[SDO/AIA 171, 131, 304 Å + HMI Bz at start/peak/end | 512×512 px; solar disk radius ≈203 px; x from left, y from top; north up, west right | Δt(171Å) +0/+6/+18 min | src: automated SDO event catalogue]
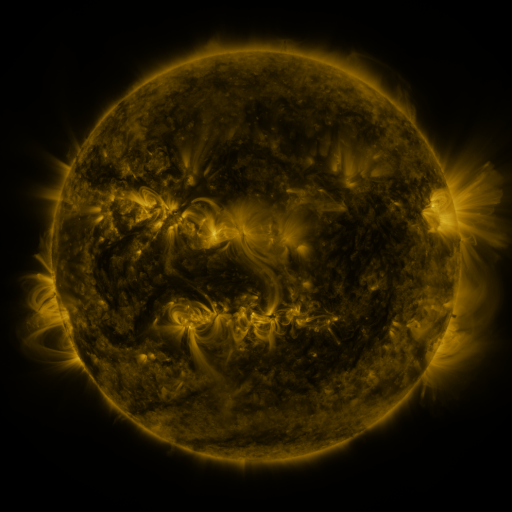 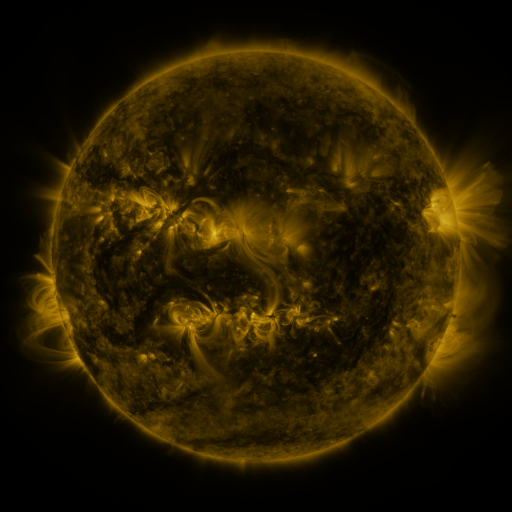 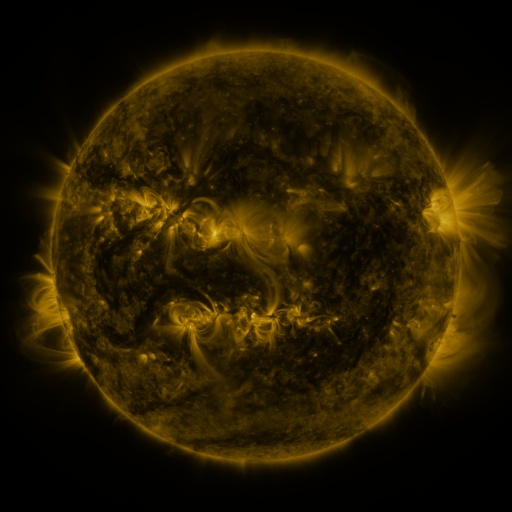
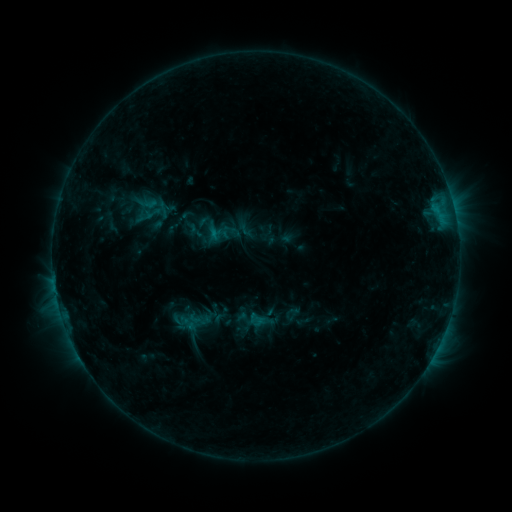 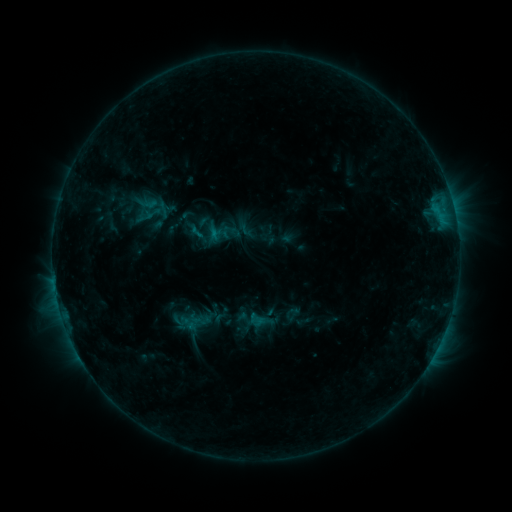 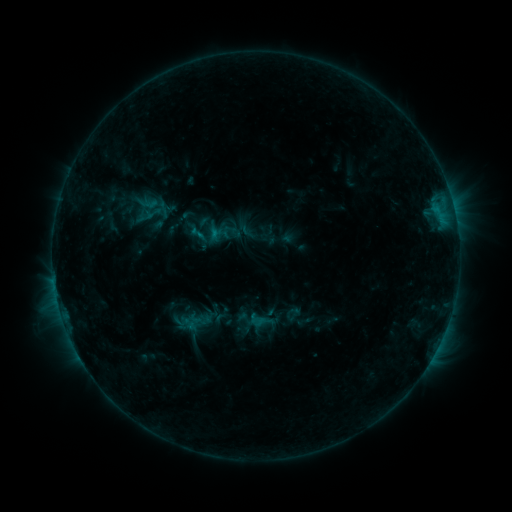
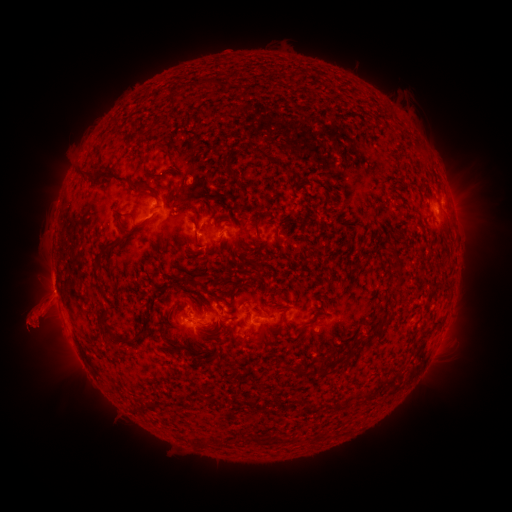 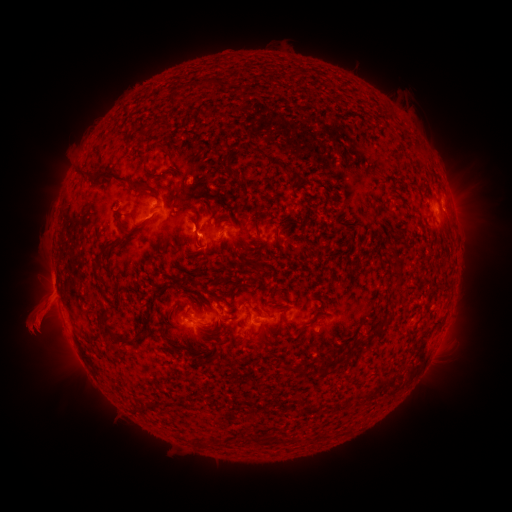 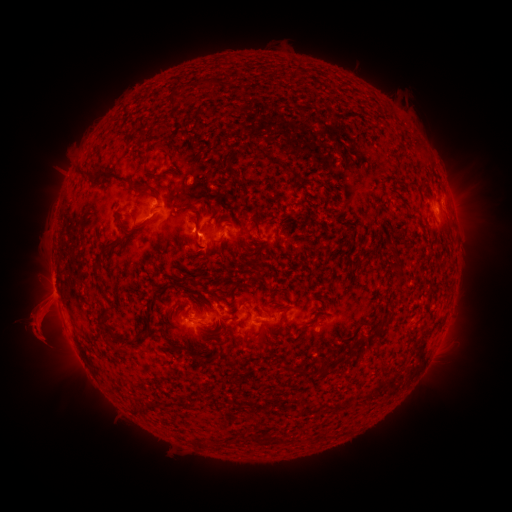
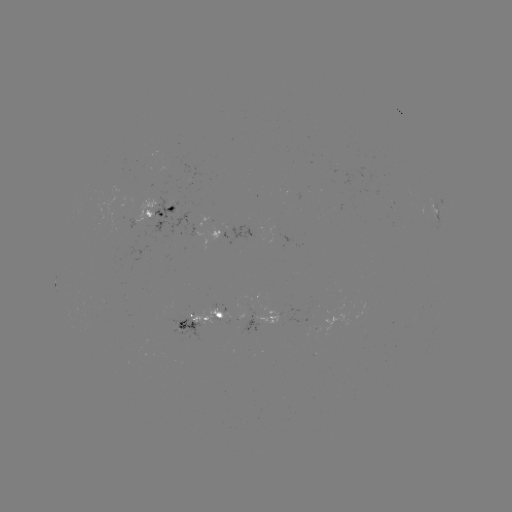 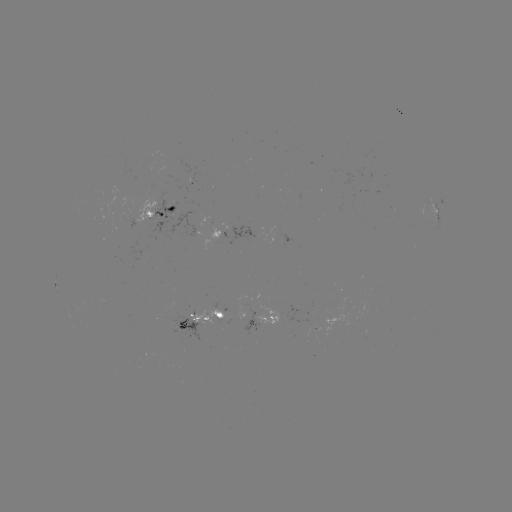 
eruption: [171, 219, 219, 273]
